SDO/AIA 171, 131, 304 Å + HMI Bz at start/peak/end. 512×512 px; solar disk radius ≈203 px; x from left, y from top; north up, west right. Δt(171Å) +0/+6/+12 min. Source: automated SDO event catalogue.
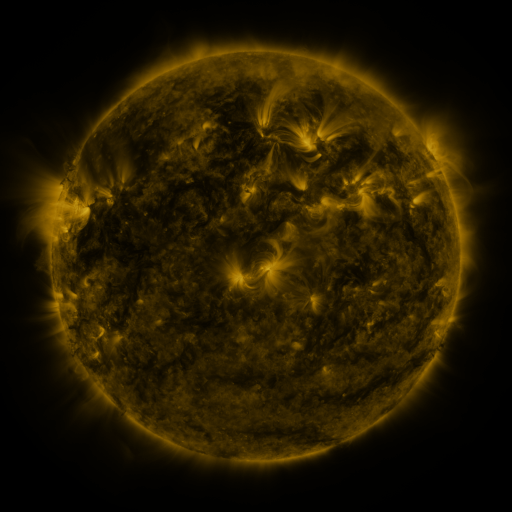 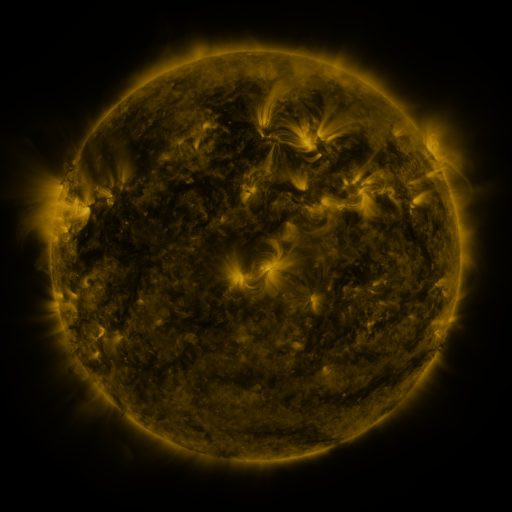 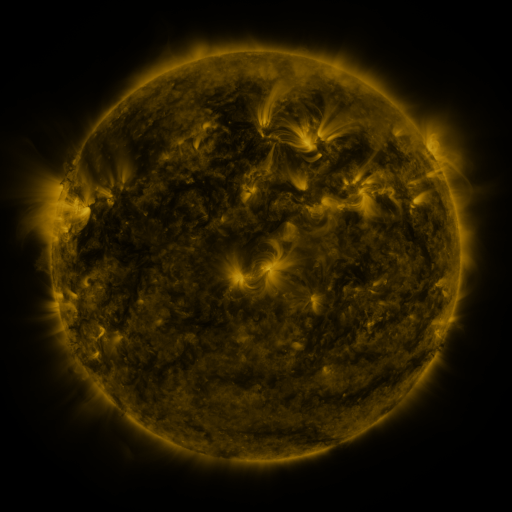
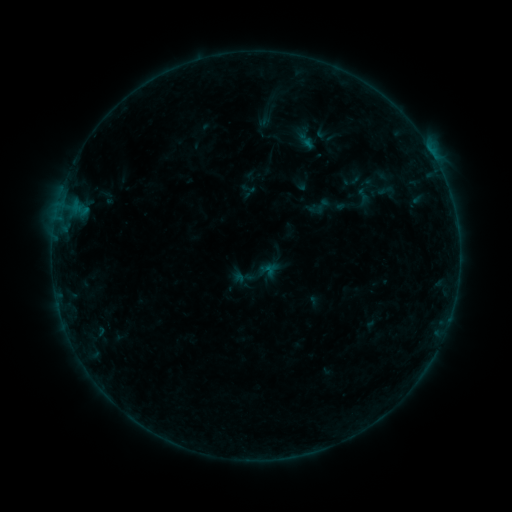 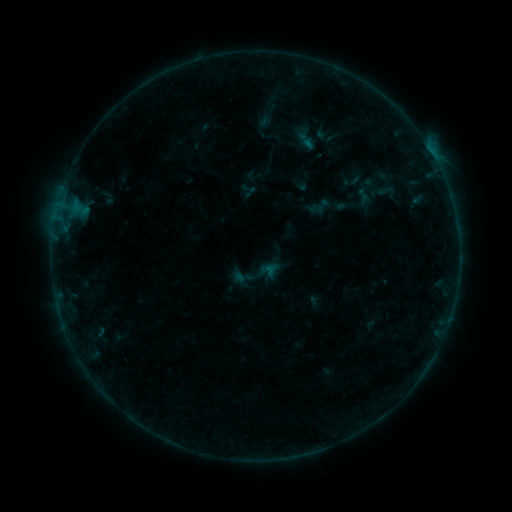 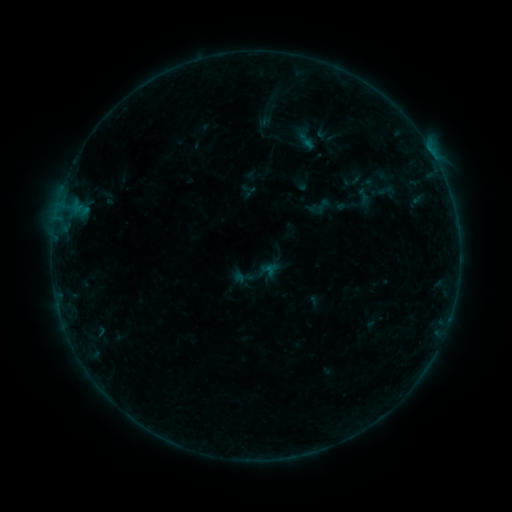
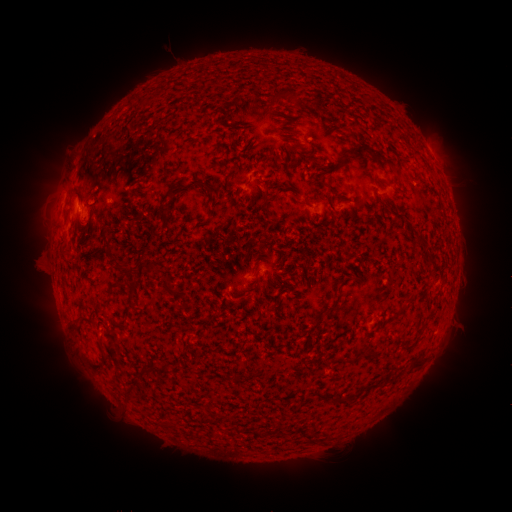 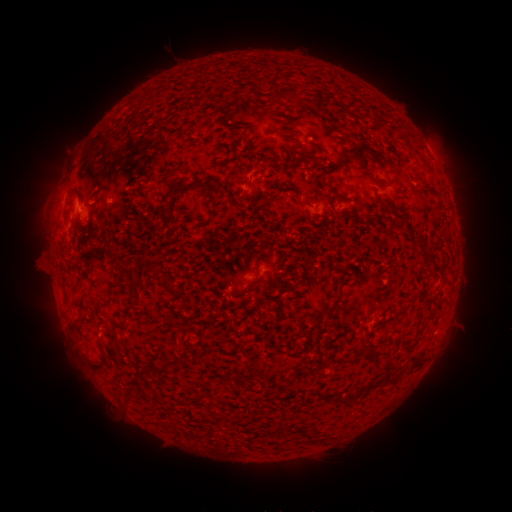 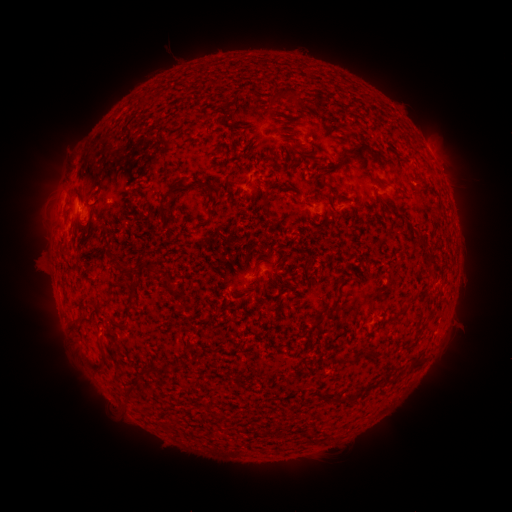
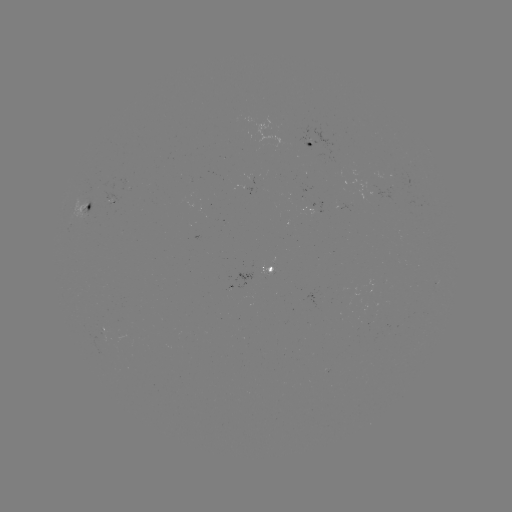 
nothing was catalogued: no classed flare, no EUV trigger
